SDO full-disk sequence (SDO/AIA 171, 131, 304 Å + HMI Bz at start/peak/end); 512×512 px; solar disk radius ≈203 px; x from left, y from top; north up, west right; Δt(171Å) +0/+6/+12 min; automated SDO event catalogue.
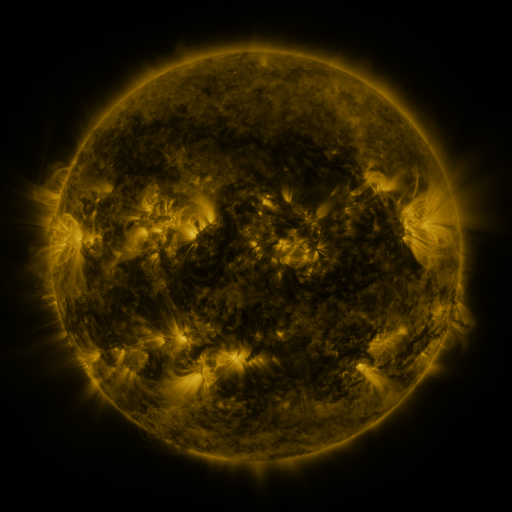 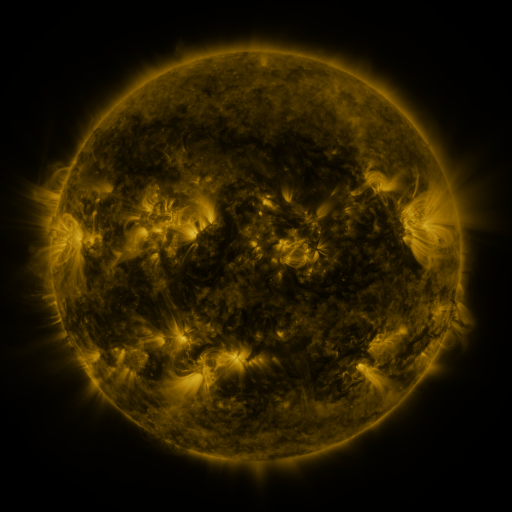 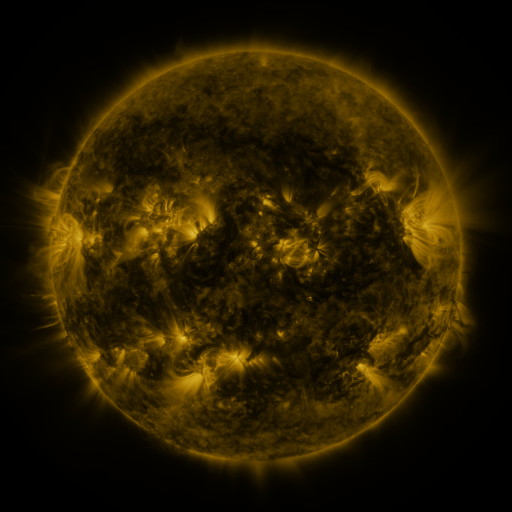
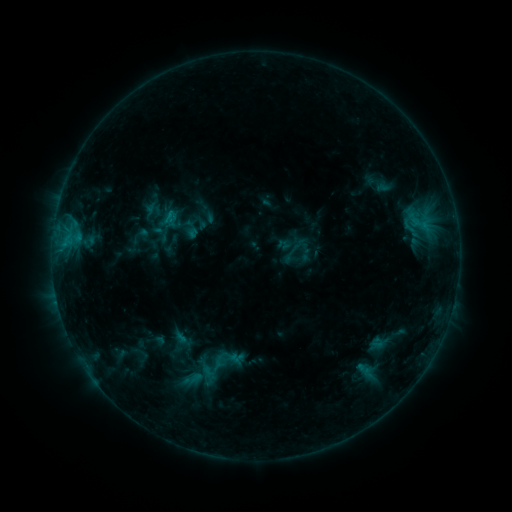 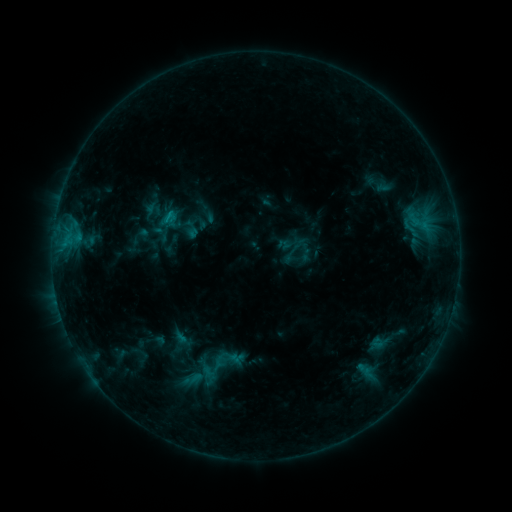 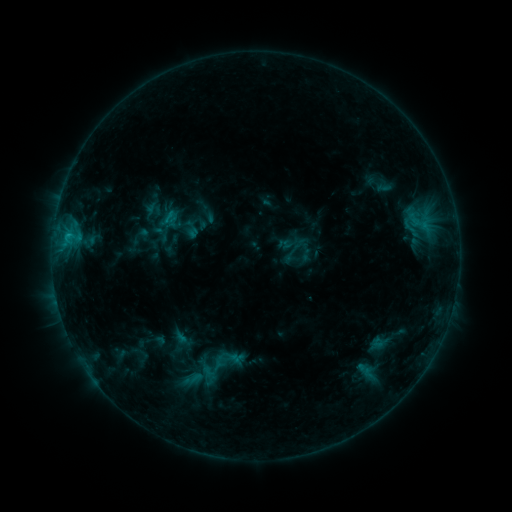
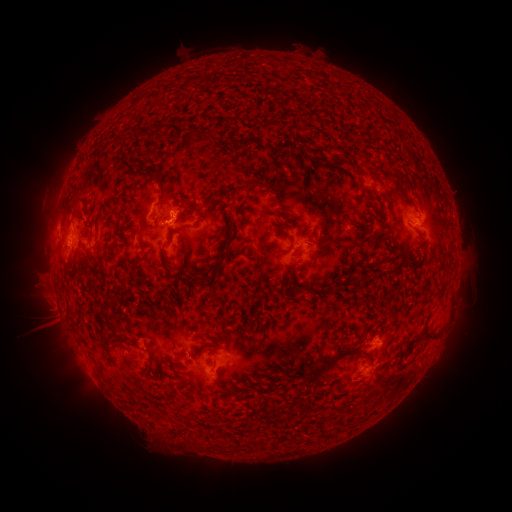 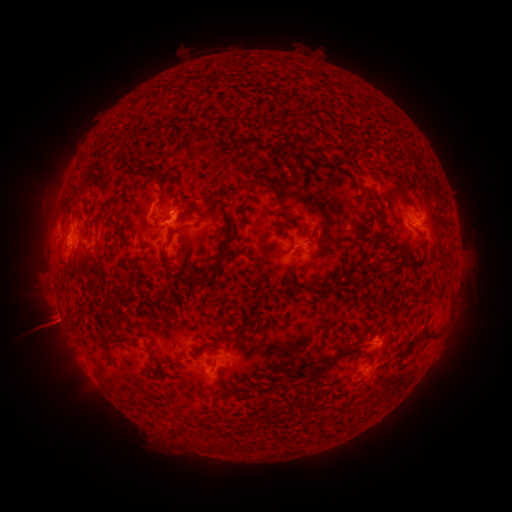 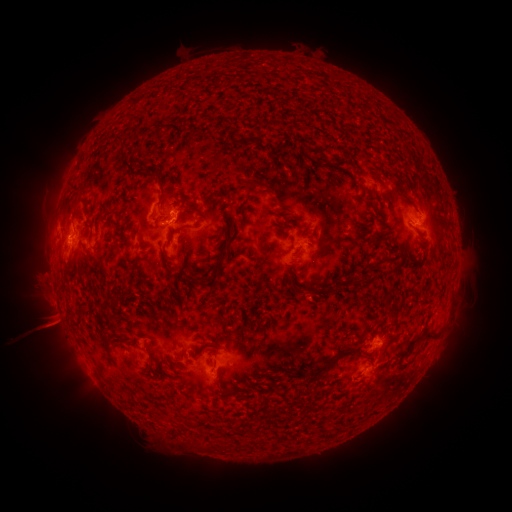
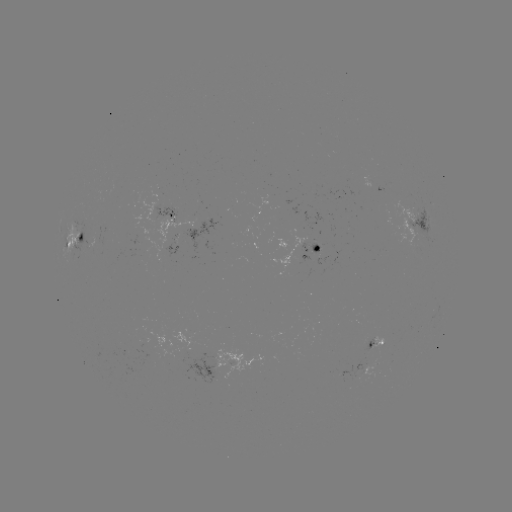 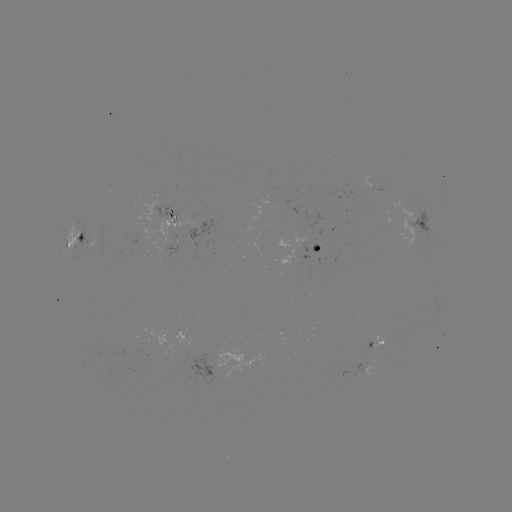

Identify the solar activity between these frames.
eruption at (55, 320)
